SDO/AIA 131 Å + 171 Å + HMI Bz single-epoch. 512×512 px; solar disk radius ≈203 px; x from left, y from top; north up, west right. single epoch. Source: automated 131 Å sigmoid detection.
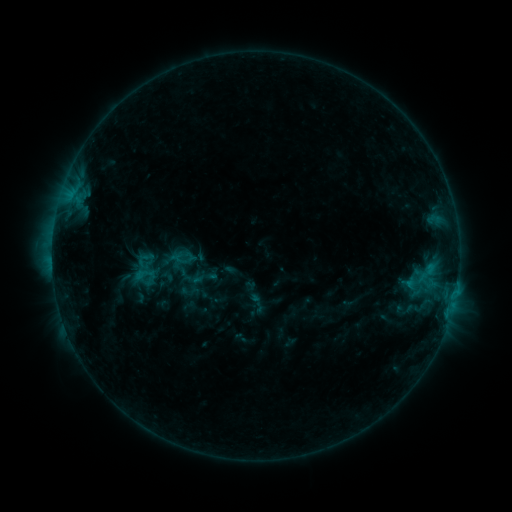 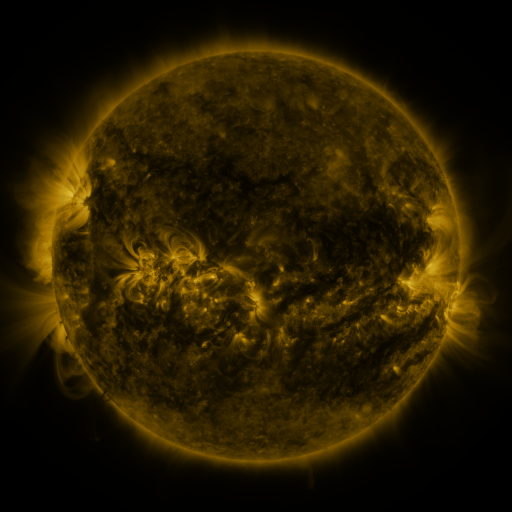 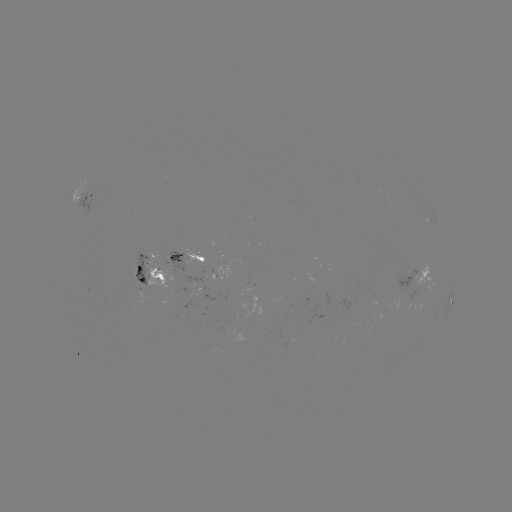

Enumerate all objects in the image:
sigmoid: (170, 270)
